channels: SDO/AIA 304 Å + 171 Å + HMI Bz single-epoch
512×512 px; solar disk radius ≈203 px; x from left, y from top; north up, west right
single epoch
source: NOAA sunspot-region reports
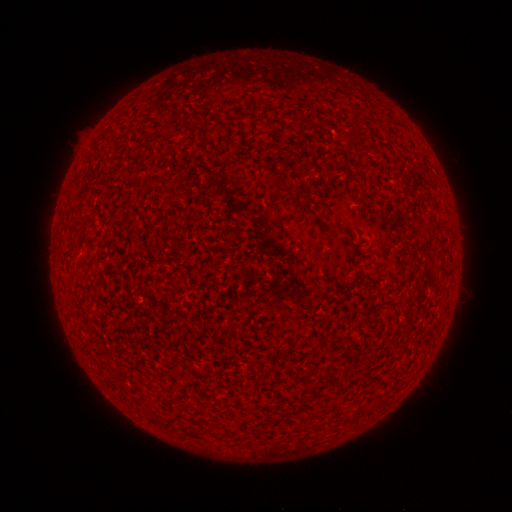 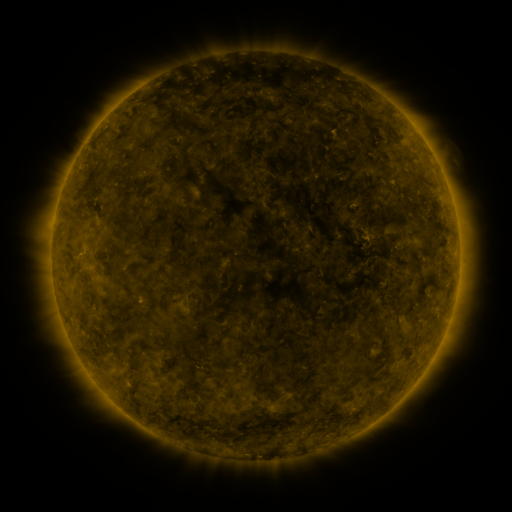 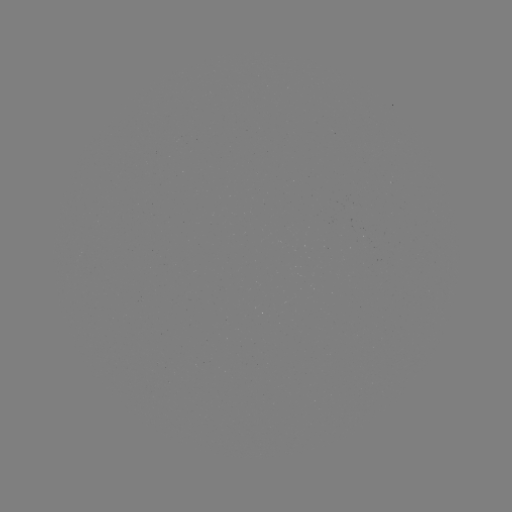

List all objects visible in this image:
(none)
